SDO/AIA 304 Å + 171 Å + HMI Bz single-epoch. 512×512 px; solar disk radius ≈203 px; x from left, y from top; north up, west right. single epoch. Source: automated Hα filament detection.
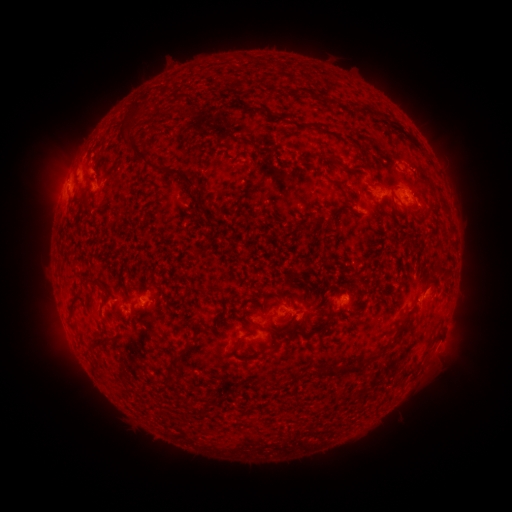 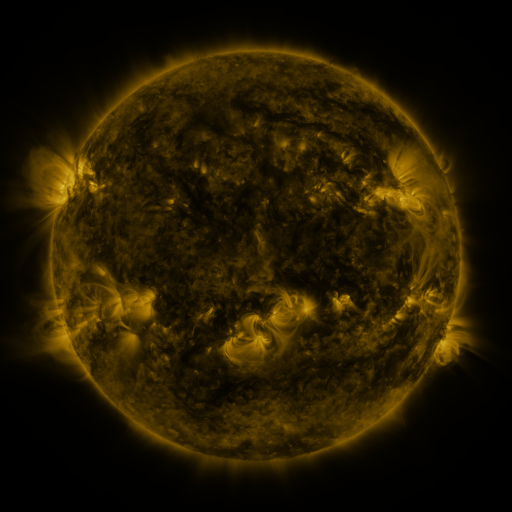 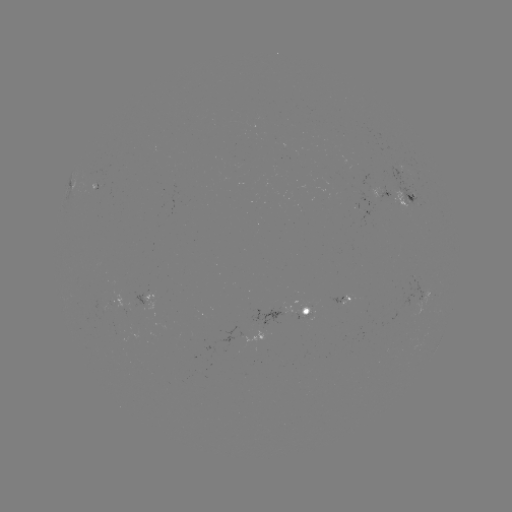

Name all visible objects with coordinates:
filament: <bbox>131, 104, 143, 116</bbox>
filament: <bbox>375, 112, 385, 121</bbox>
filament: <bbox>123, 137, 194, 192</bbox>
filament: <bbox>341, 164, 352, 174</bbox>
filament: <bbox>82, 197, 94, 211</bbox>
filament: <bbox>416, 211, 426, 223</bbox>
filament: <bbox>309, 217, 320, 225</bbox>
filament: <bbox>326, 258, 335, 268</bbox>
filament: <bbox>434, 261, 451, 280</bbox>
filament: <bbox>254, 322, 278, 354</bbox>
filament: <bbox>299, 325, 307, 336</bbox>
filament: <bbox>389, 331, 401, 346</bbox>
filament: <bbox>231, 335, 243, 350</bbox>
filament: <bbox>94, 337, 102, 345</bbox>
filament: <bbox>186, 342, 194, 351</bbox>
filament: <bbox>171, 351, 183, 366</bbox>
filament: <bbox>366, 354, 375, 362</bbox>
filament: <bbox>319, 363, 364, 377</bbox>
filament: <bbox>218, 395, 228, 403</bbox>
